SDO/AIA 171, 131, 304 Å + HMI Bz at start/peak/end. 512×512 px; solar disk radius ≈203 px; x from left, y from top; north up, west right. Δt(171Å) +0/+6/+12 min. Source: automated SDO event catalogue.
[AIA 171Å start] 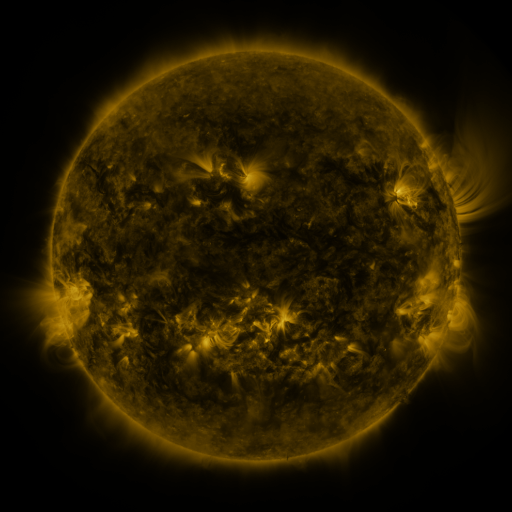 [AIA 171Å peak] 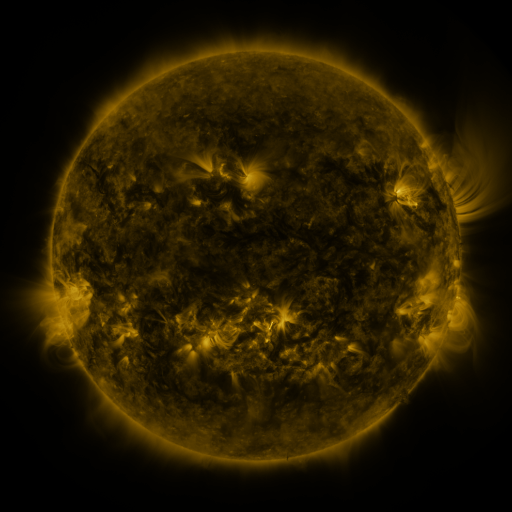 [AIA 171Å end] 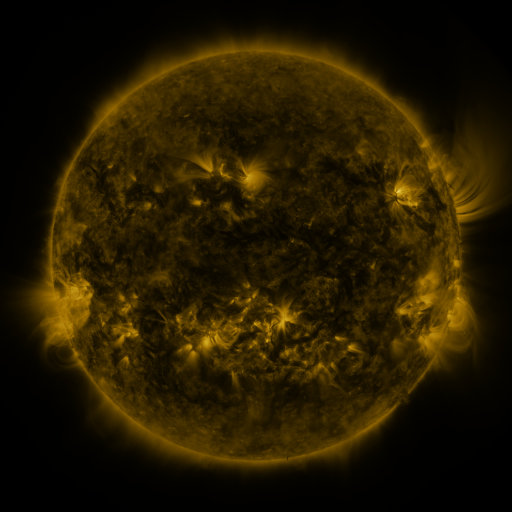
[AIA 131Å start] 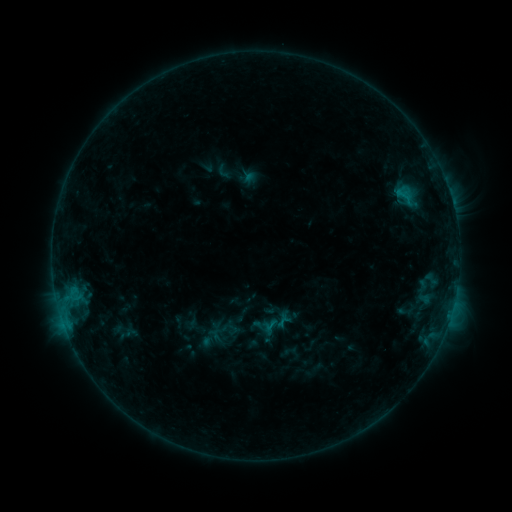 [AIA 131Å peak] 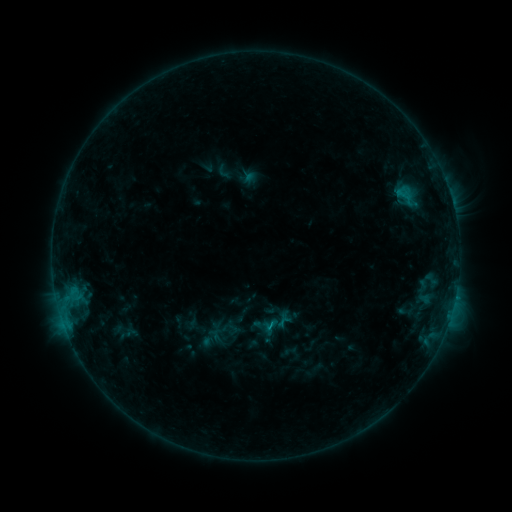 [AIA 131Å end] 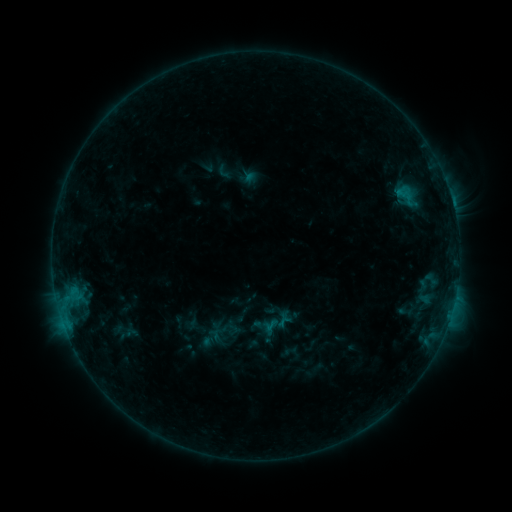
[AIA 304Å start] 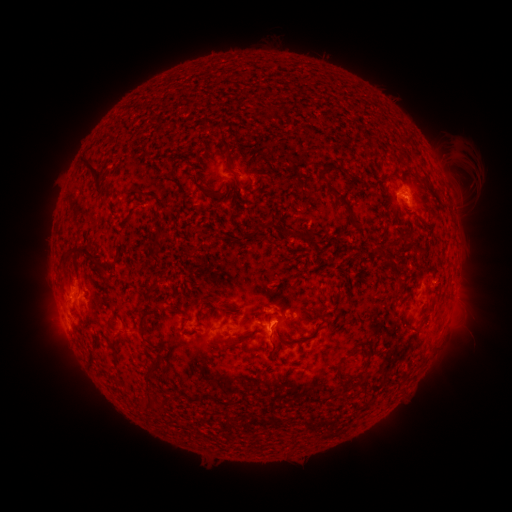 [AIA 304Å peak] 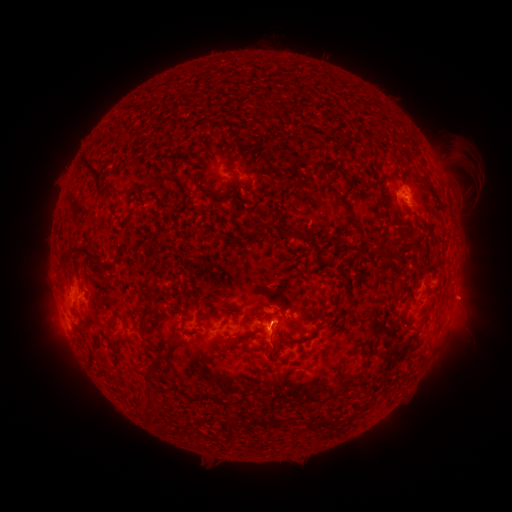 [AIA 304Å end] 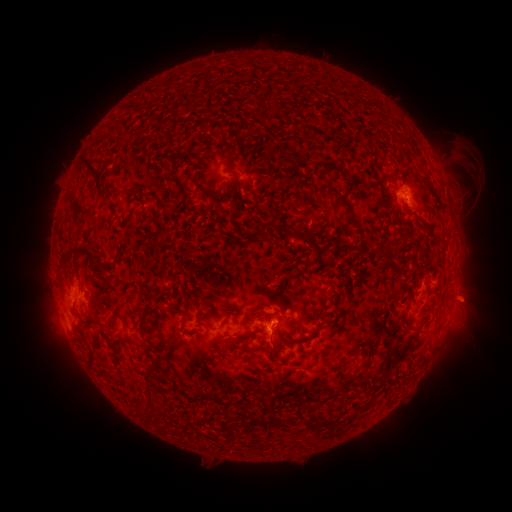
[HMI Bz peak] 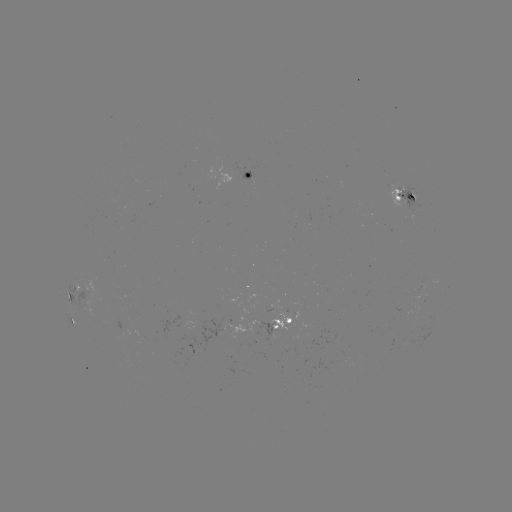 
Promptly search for eruption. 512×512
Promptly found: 465,299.